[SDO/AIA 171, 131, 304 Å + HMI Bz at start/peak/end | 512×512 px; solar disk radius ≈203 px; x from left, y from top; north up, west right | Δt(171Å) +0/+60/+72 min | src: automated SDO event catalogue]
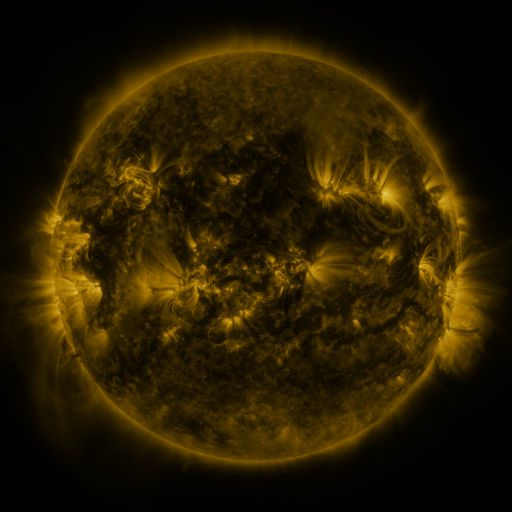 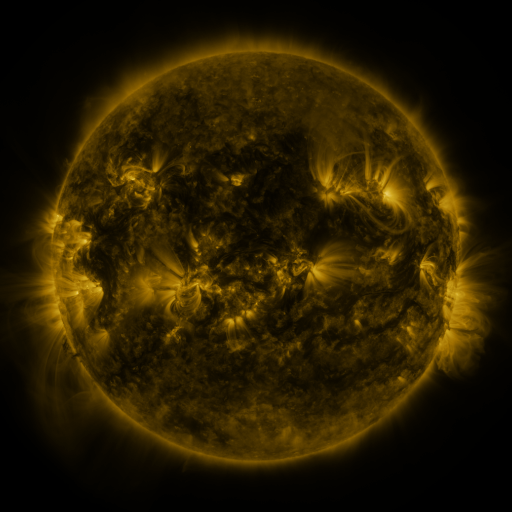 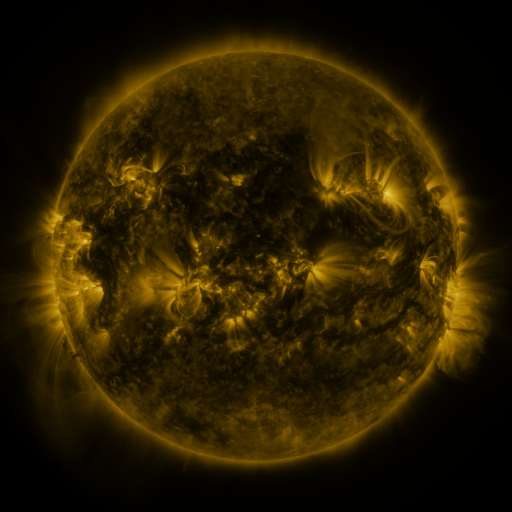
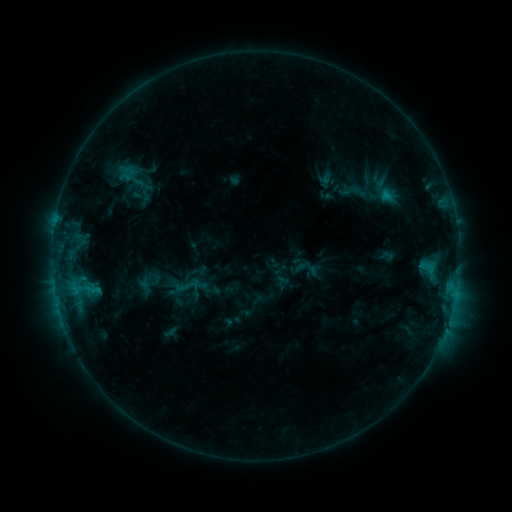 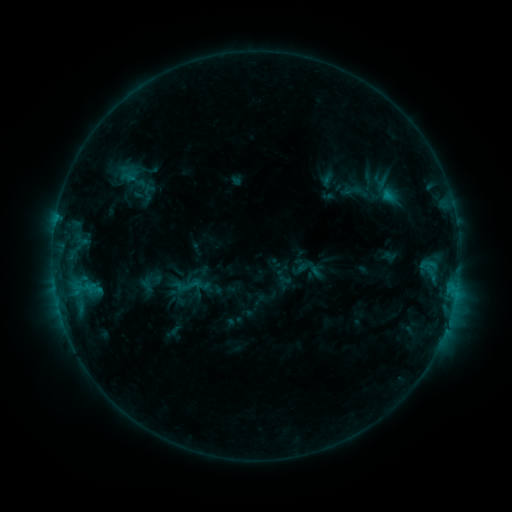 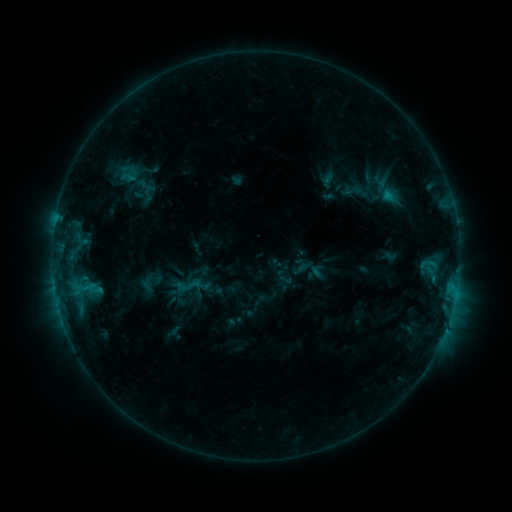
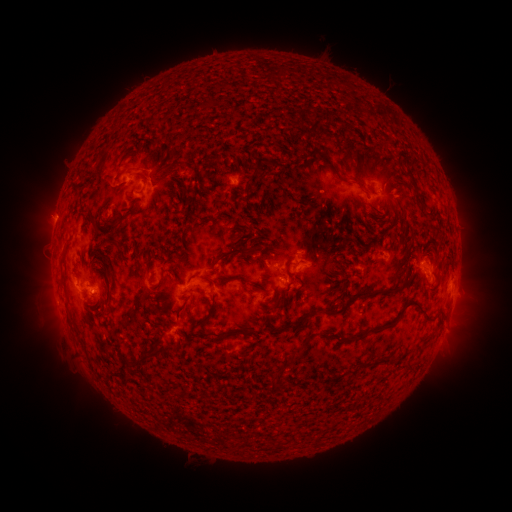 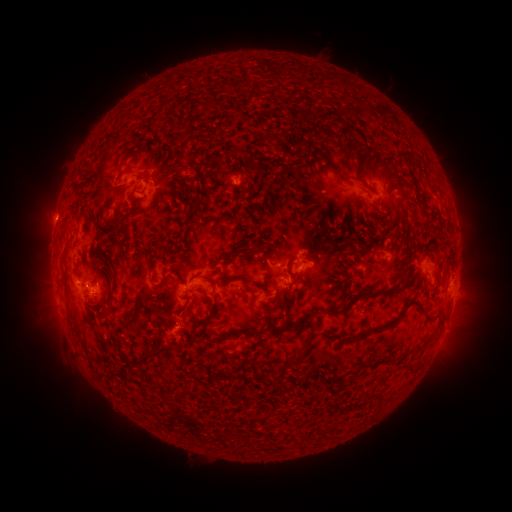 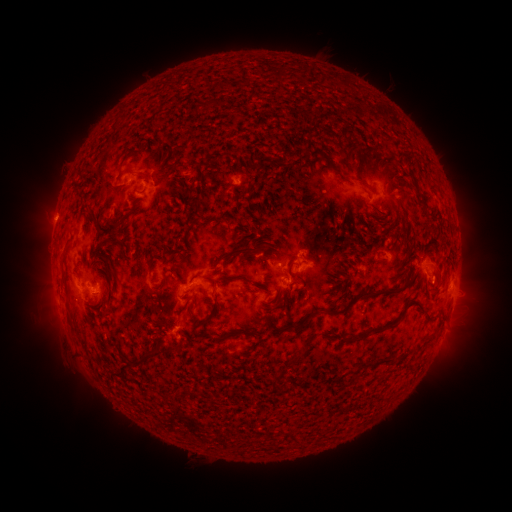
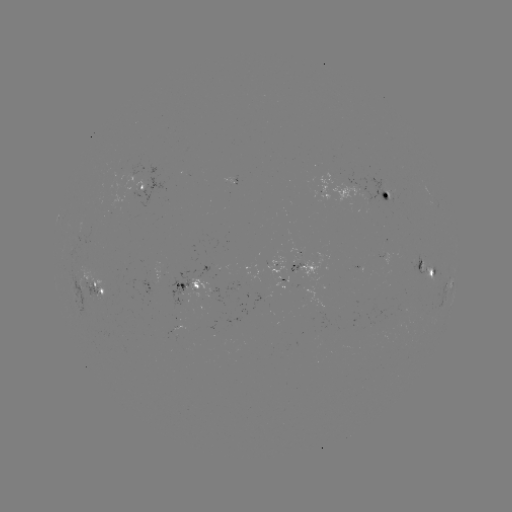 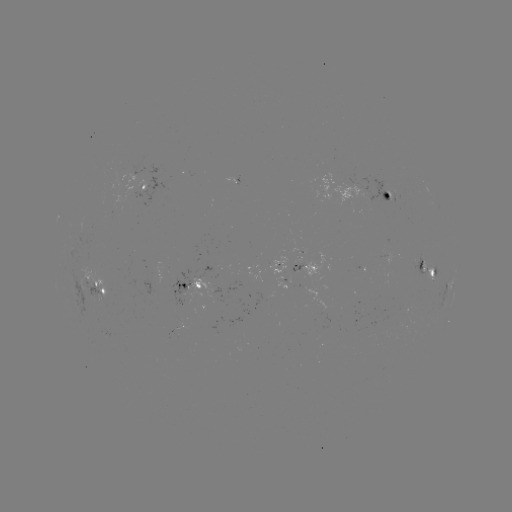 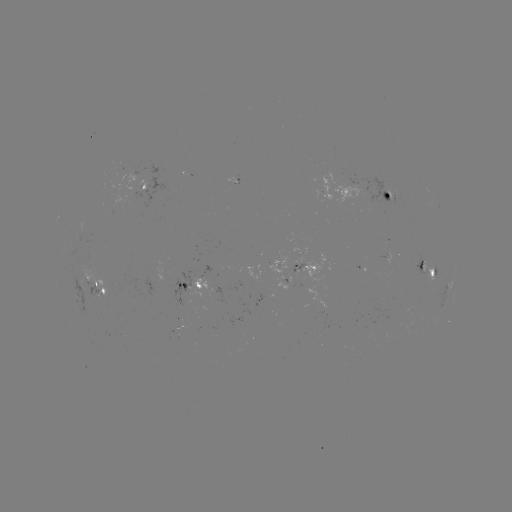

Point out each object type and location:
emerging-flux region: (421, 261)
